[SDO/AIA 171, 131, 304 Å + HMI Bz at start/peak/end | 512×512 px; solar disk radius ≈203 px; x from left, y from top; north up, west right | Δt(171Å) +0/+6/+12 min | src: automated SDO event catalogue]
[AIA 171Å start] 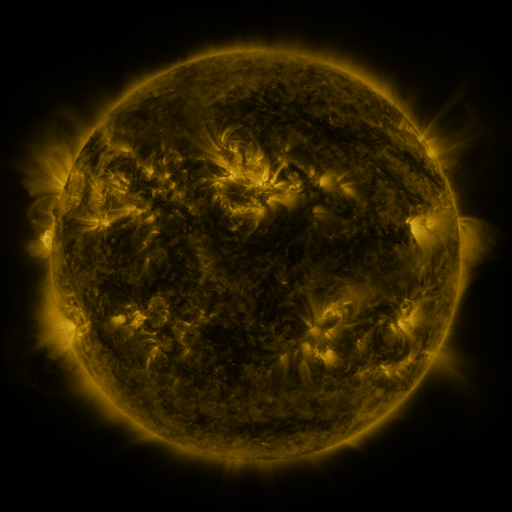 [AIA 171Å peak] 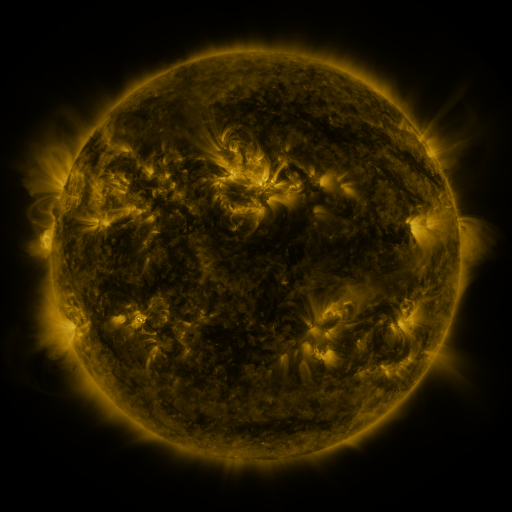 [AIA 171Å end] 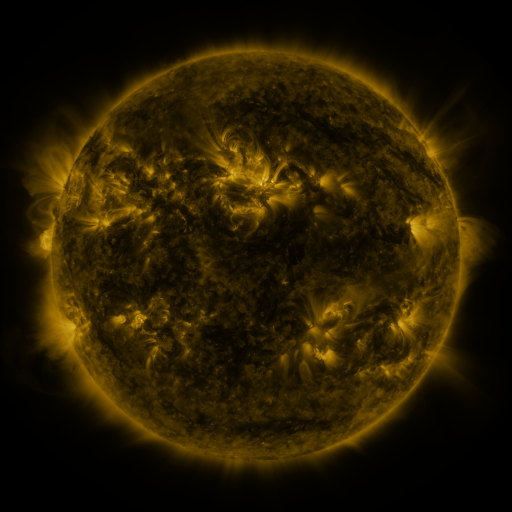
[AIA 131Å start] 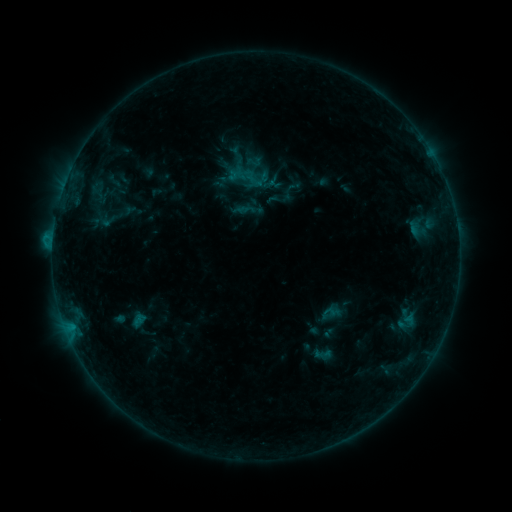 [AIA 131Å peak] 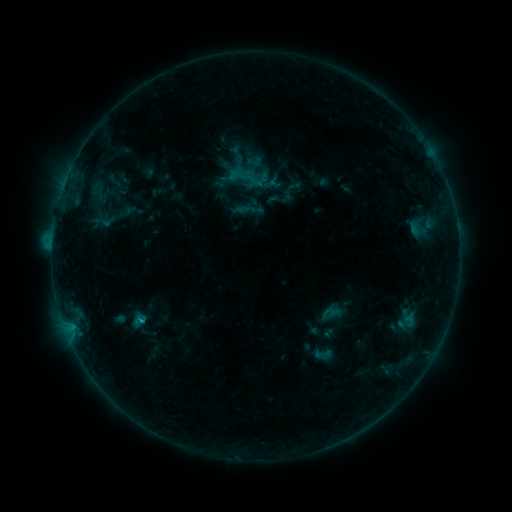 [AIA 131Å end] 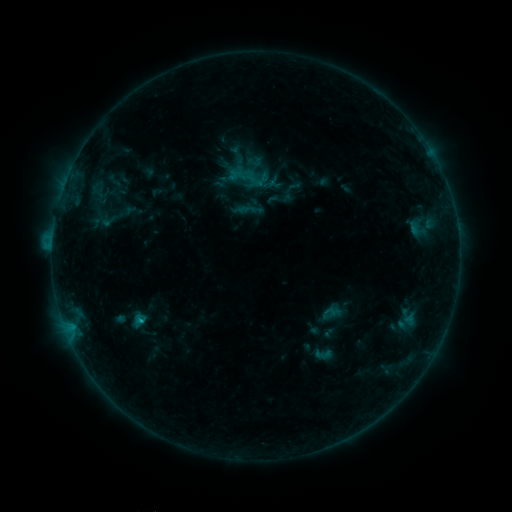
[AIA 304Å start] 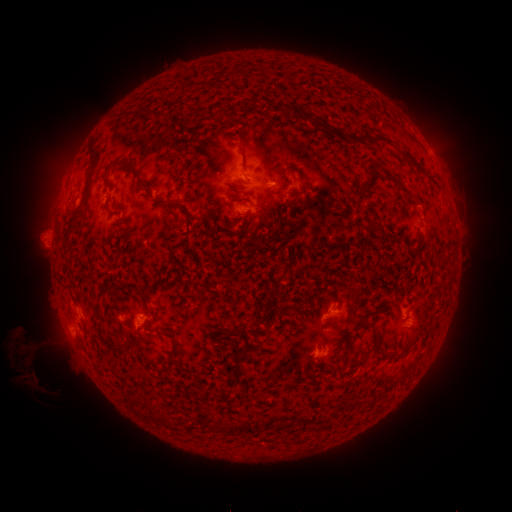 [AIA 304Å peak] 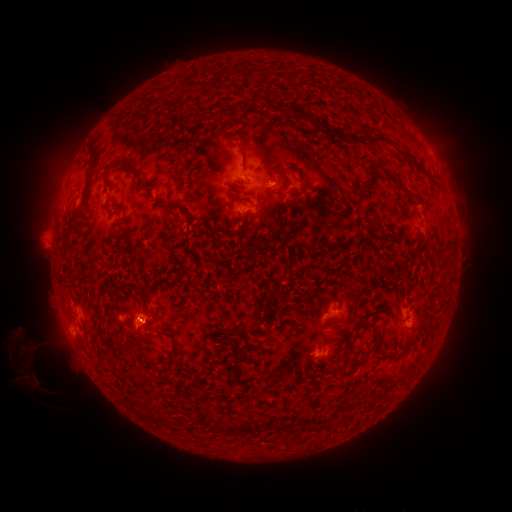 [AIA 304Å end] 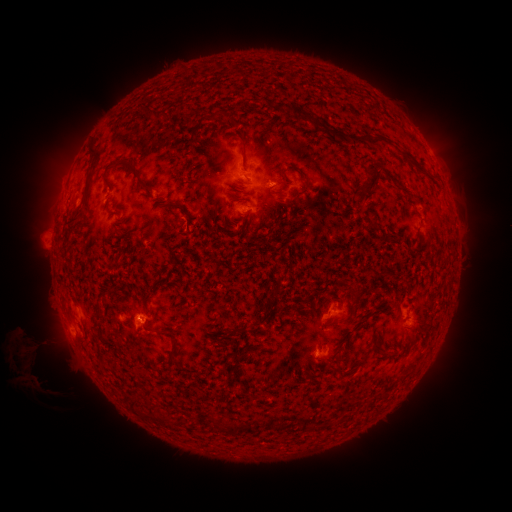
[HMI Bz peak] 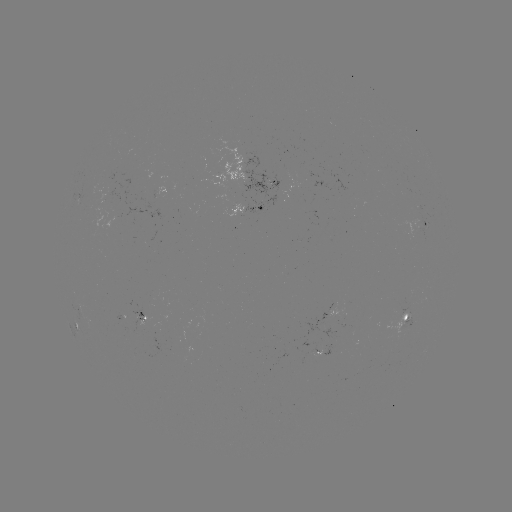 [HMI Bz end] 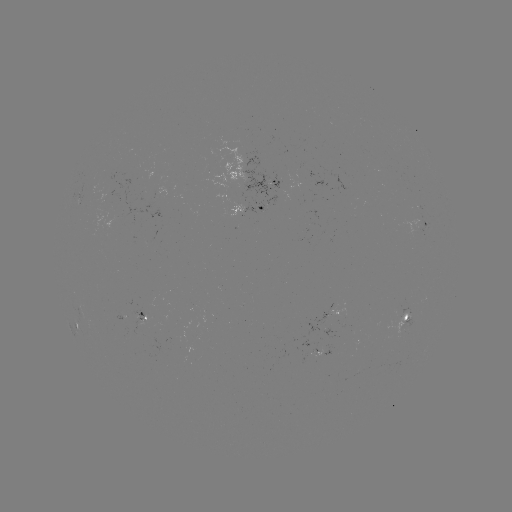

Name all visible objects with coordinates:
B7.5 flare: (142, 319)
